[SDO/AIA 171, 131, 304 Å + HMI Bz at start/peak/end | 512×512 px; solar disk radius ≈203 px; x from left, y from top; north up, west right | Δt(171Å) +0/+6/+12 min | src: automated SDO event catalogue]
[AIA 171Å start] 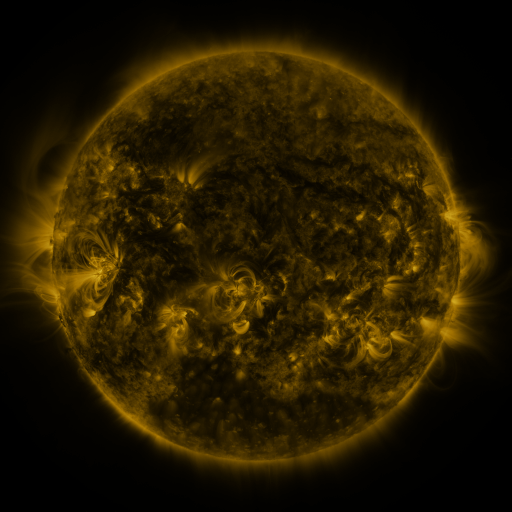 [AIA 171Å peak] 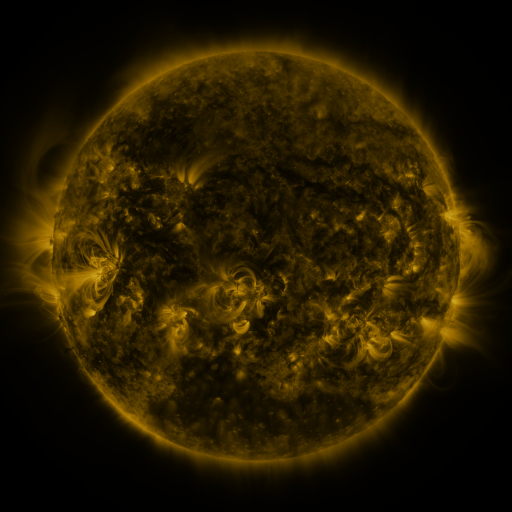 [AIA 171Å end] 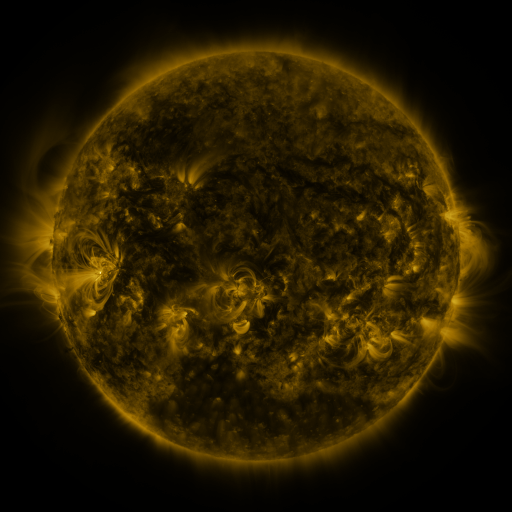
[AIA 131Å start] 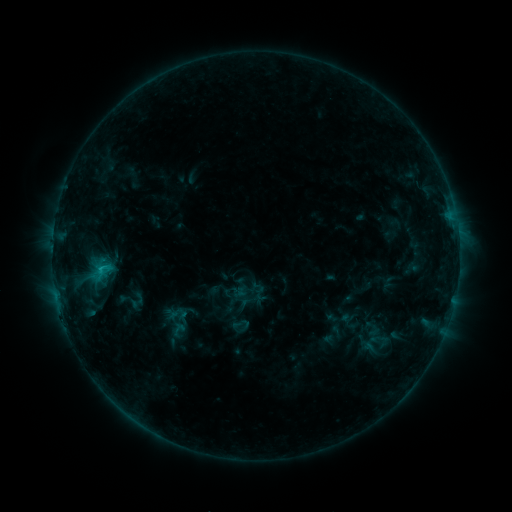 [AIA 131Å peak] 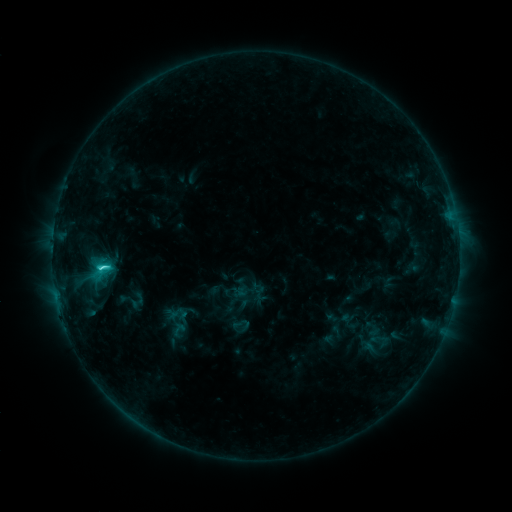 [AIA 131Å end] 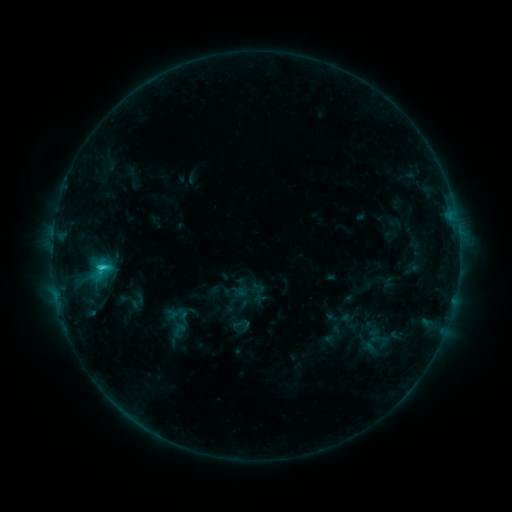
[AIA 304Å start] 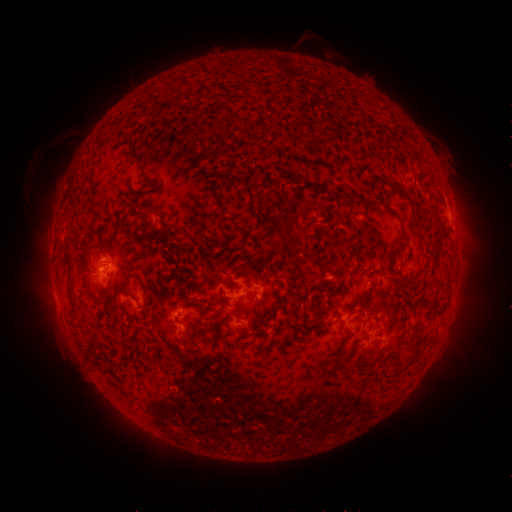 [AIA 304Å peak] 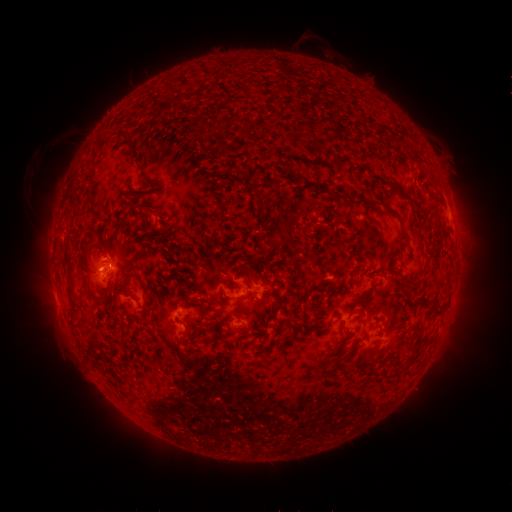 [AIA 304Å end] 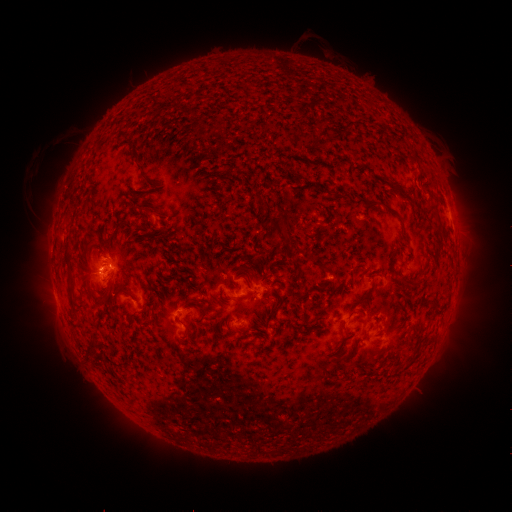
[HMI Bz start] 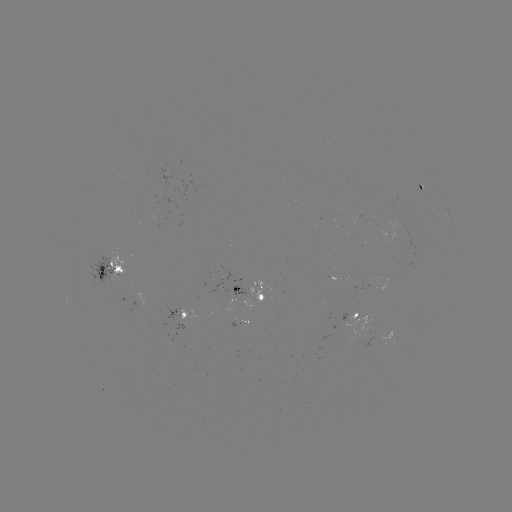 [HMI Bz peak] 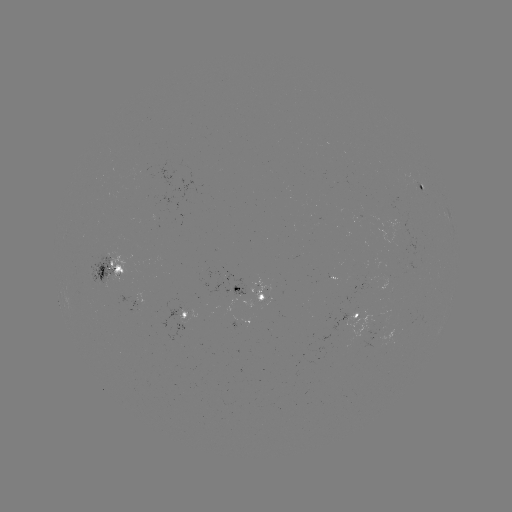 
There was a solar flare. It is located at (102, 266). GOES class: C2.1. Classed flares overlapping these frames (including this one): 1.